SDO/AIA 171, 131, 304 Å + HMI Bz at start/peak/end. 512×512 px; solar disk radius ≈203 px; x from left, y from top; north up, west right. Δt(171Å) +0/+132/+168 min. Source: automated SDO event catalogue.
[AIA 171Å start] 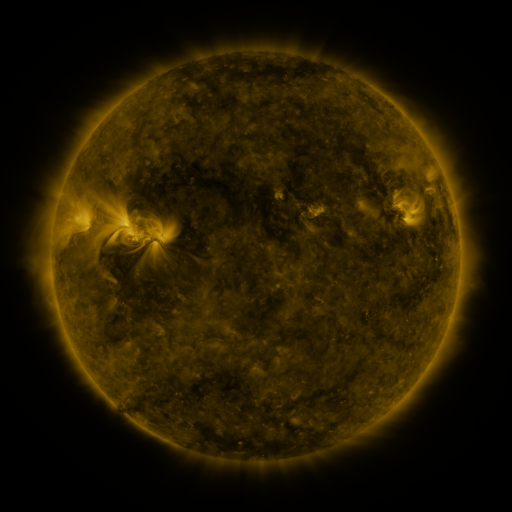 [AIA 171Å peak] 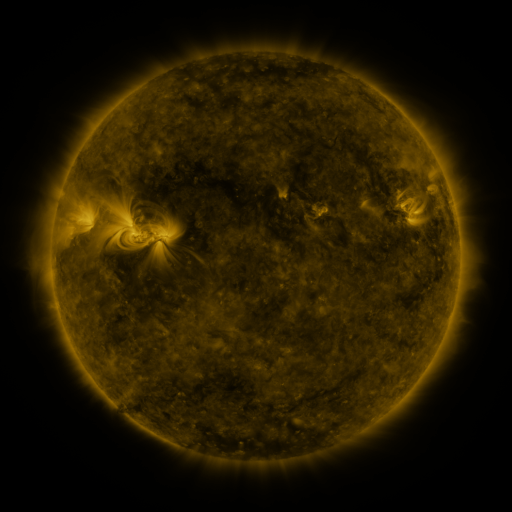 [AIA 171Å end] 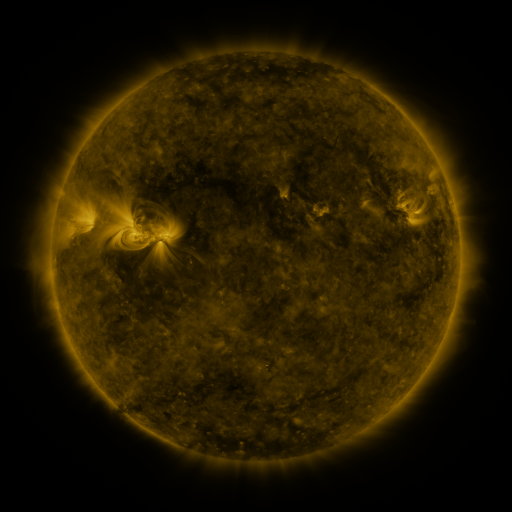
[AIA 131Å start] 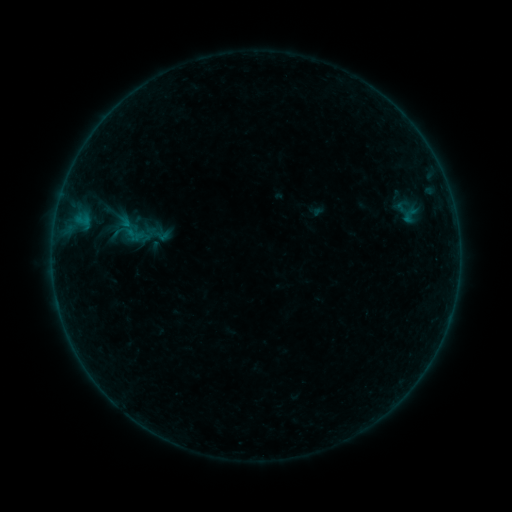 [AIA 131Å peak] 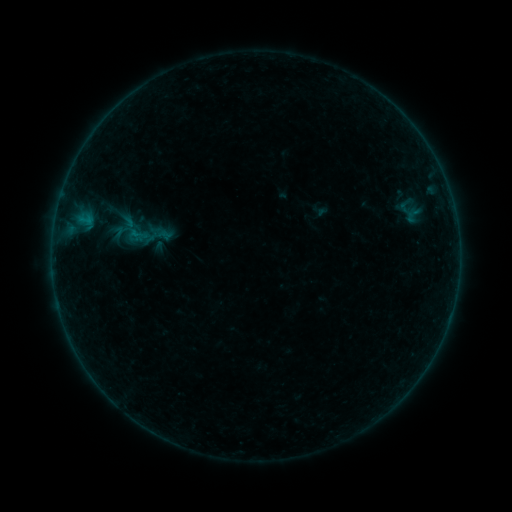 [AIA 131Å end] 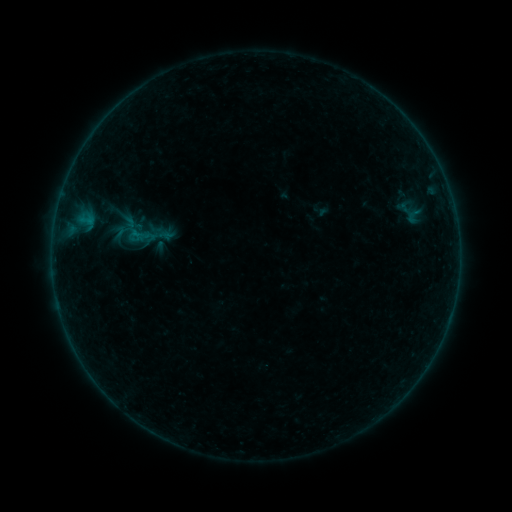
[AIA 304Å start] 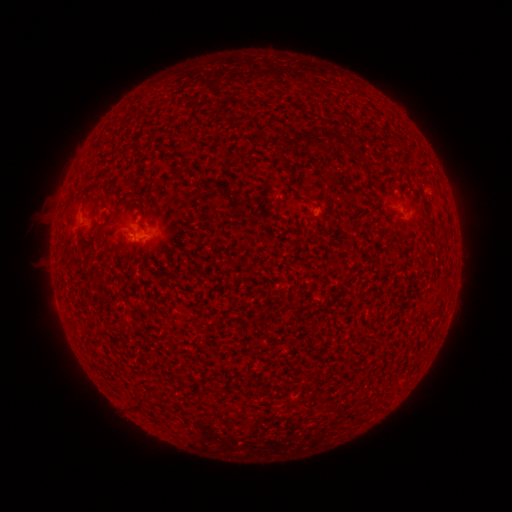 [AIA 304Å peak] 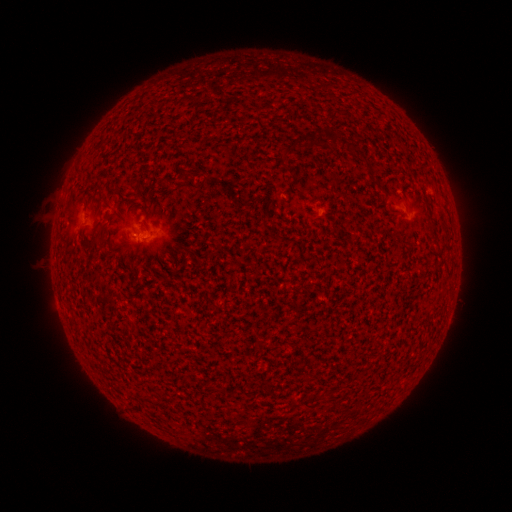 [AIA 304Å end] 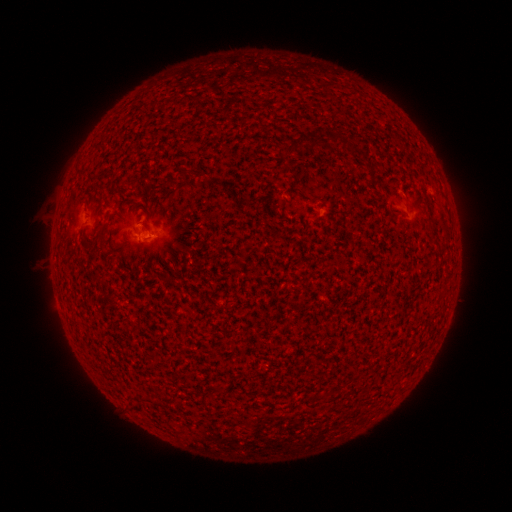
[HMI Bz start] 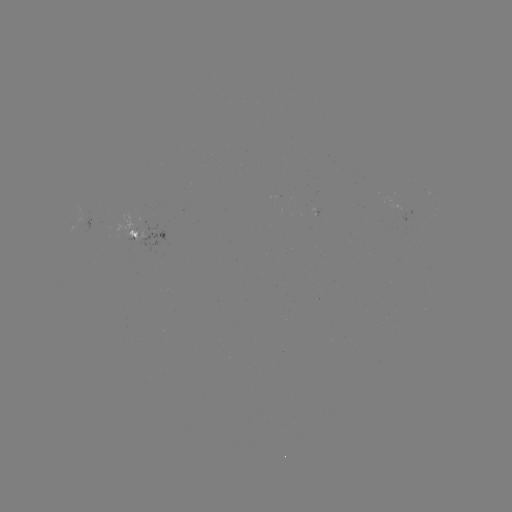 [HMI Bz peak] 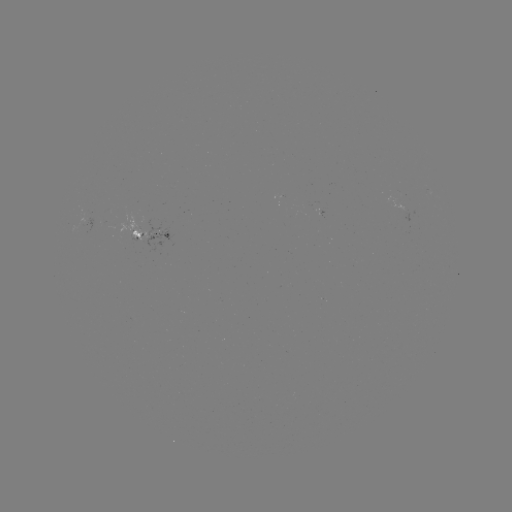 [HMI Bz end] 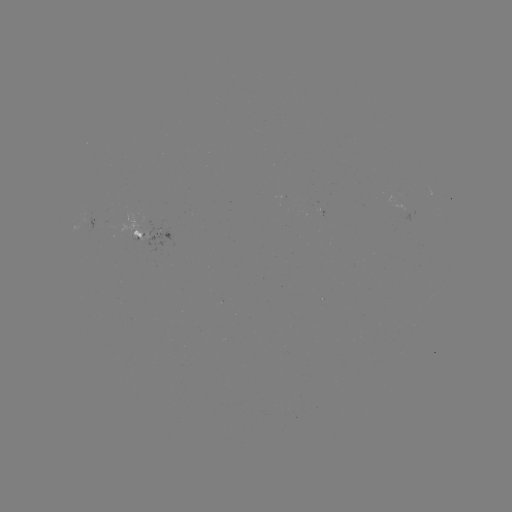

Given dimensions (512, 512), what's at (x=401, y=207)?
emerging-flux region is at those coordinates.